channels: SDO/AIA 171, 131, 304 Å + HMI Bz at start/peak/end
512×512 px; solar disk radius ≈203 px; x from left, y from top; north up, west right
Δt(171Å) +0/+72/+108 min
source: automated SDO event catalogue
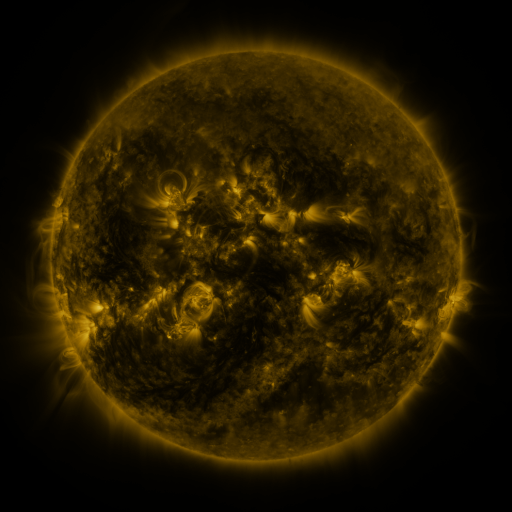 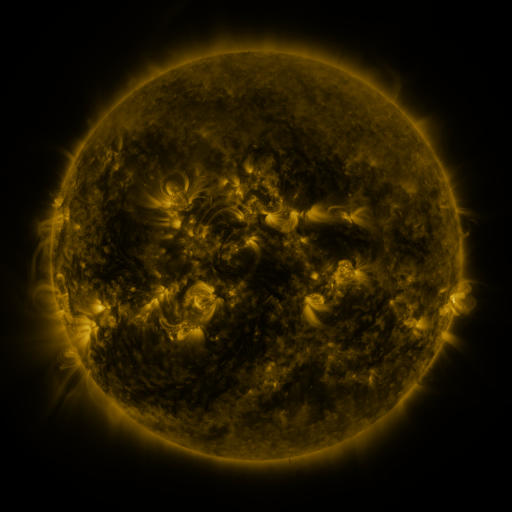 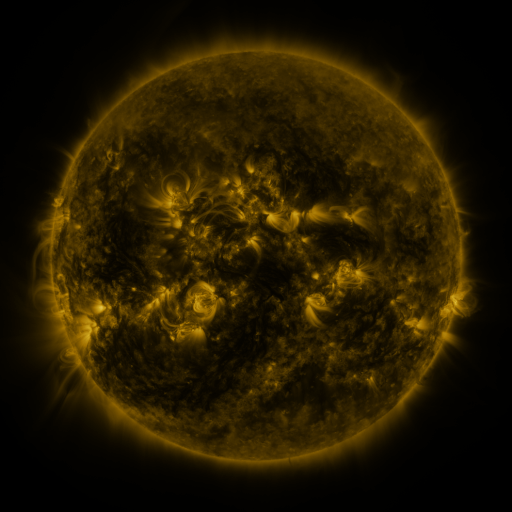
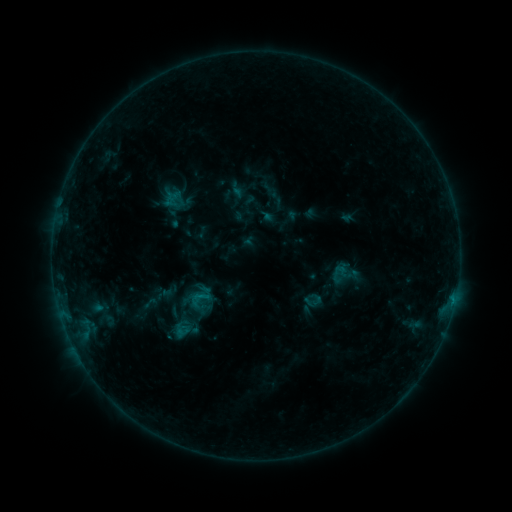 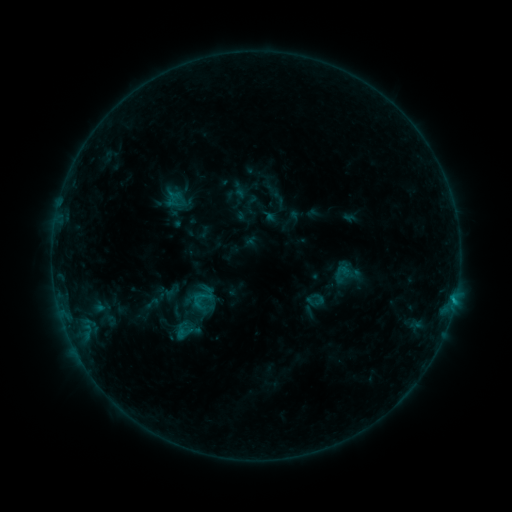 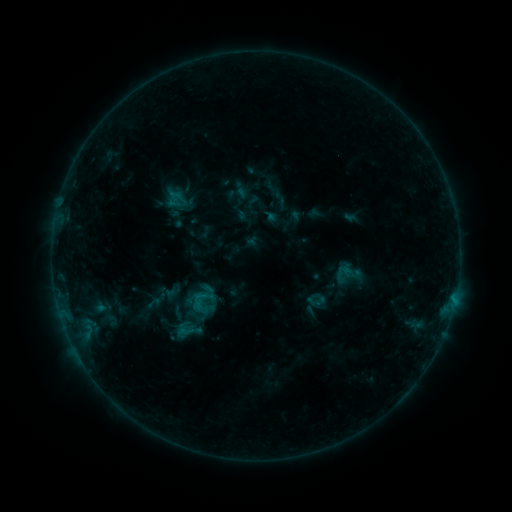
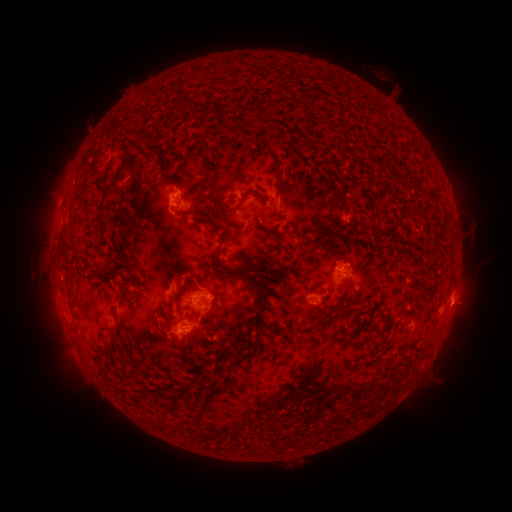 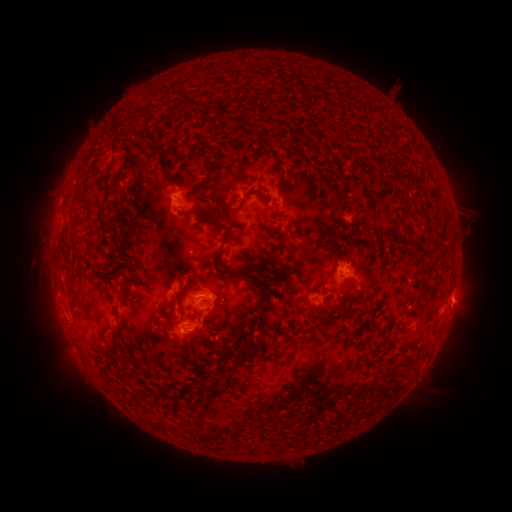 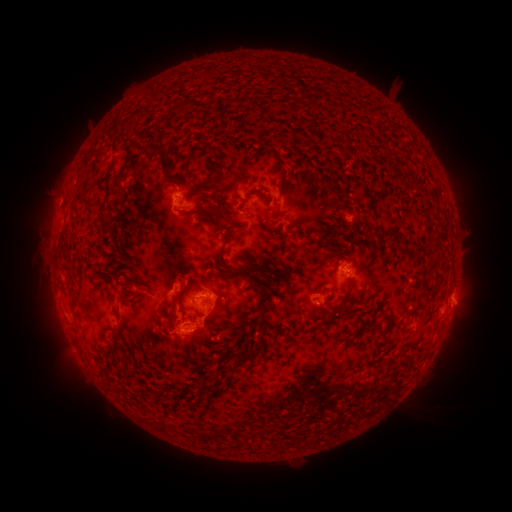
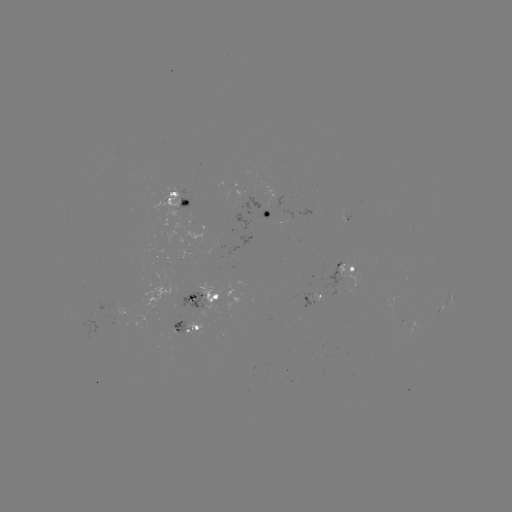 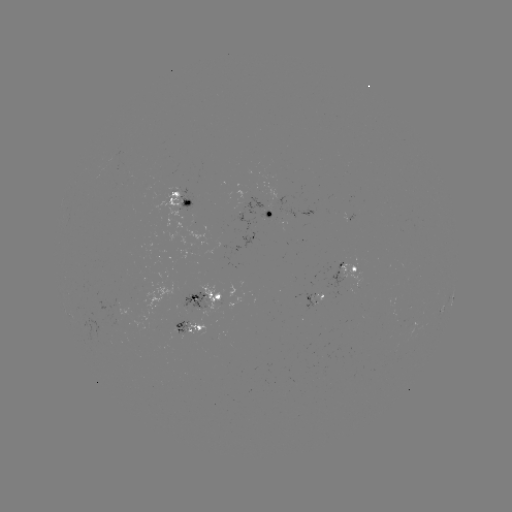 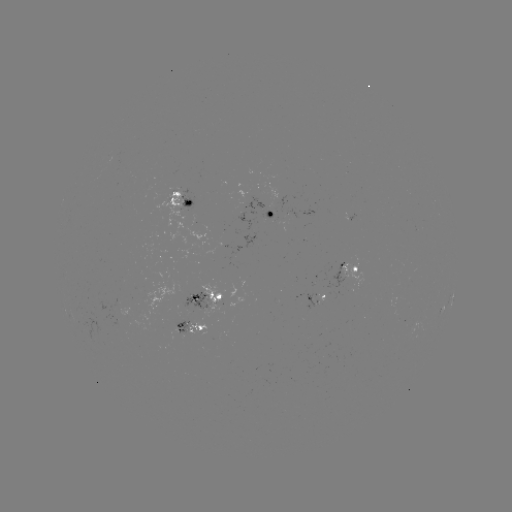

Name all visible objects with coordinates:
emerging-flux region: (269, 217)
